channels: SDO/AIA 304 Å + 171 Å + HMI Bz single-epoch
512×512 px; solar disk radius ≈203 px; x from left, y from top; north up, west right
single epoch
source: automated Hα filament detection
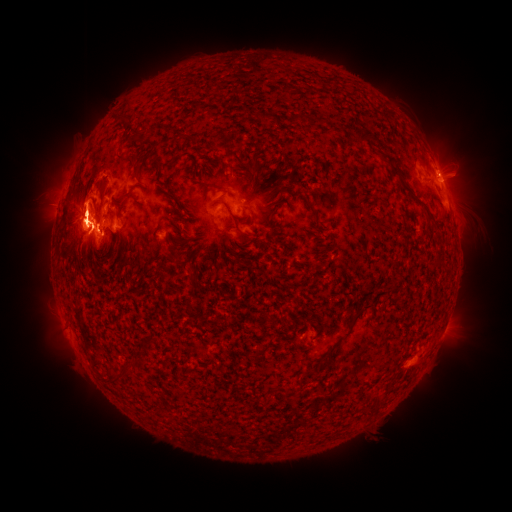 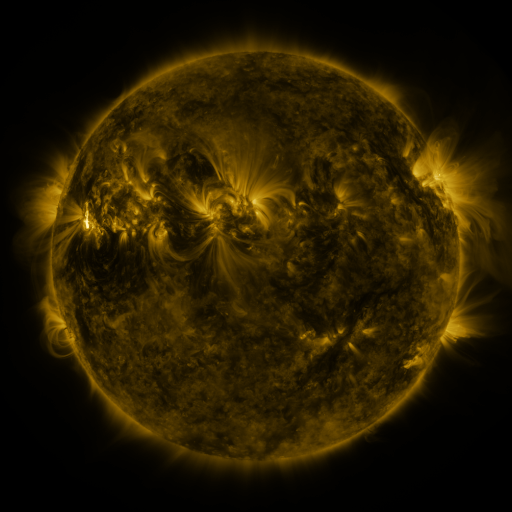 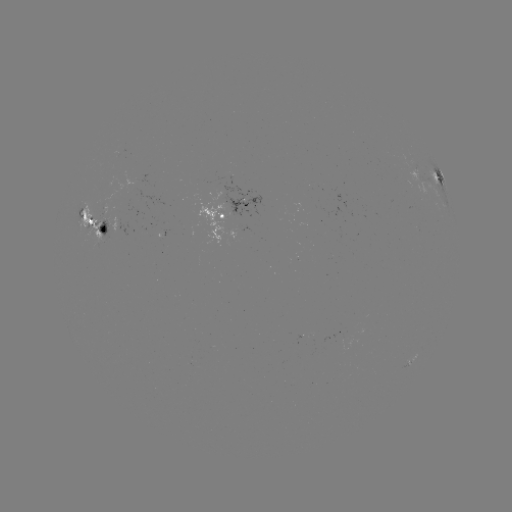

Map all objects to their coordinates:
filament: [355, 131, 375, 145]
filament: [116, 151, 134, 160]
filament: [132, 164, 139, 177]
filament: [247, 174, 253, 185]
filament: [204, 182, 221, 189]
filament: [401, 185, 414, 196]
filament: [211, 199, 233, 217]
filament: [427, 217, 445, 233]
filament: [234, 227, 248, 237]
filament: [351, 304, 372, 321]
